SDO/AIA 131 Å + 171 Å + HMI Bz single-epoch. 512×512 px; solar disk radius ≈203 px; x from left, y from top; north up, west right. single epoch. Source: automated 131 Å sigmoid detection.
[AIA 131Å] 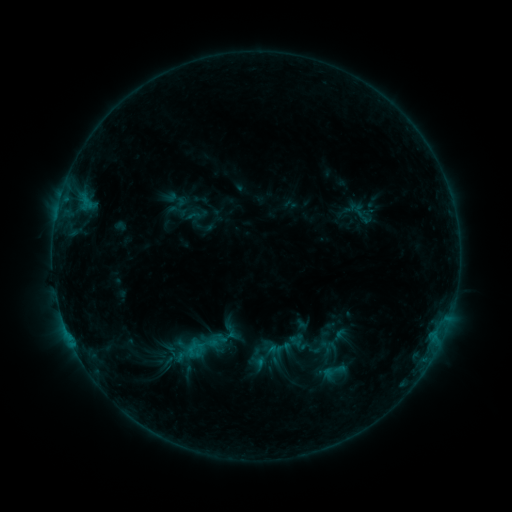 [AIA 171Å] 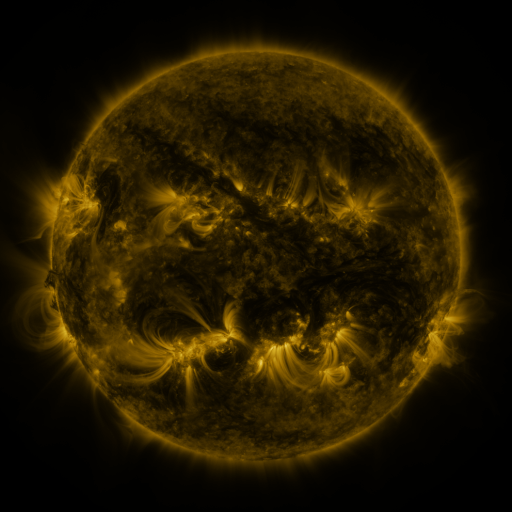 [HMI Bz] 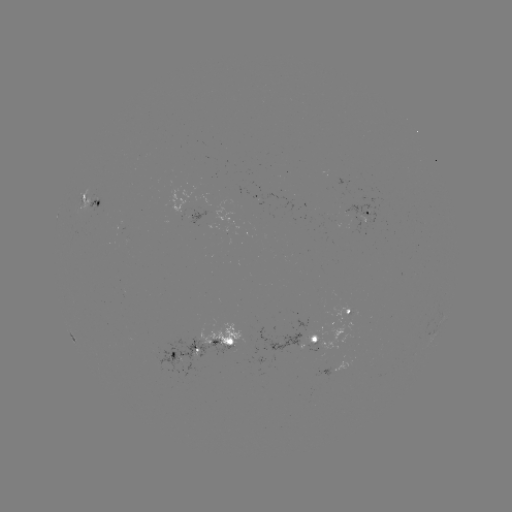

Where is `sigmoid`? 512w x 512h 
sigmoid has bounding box [321, 358, 346, 384].